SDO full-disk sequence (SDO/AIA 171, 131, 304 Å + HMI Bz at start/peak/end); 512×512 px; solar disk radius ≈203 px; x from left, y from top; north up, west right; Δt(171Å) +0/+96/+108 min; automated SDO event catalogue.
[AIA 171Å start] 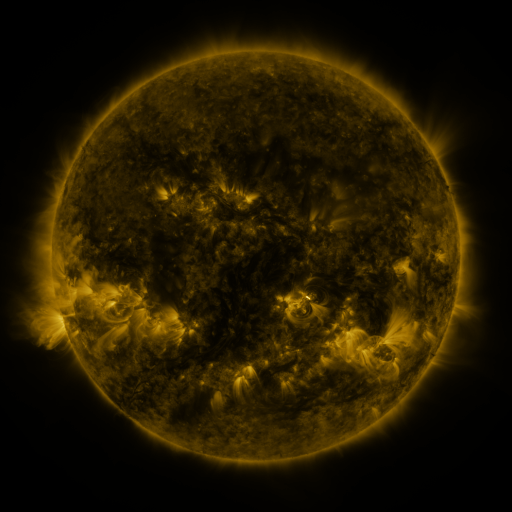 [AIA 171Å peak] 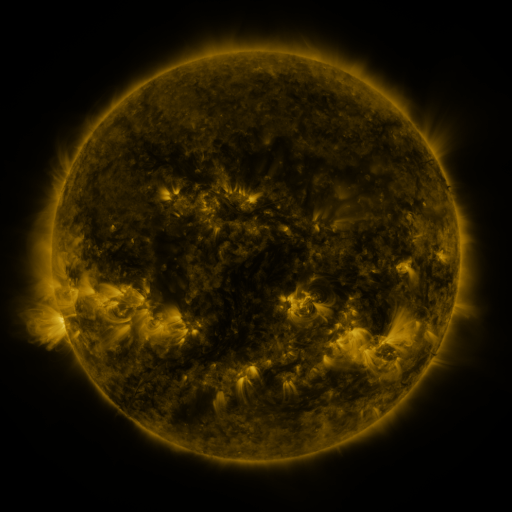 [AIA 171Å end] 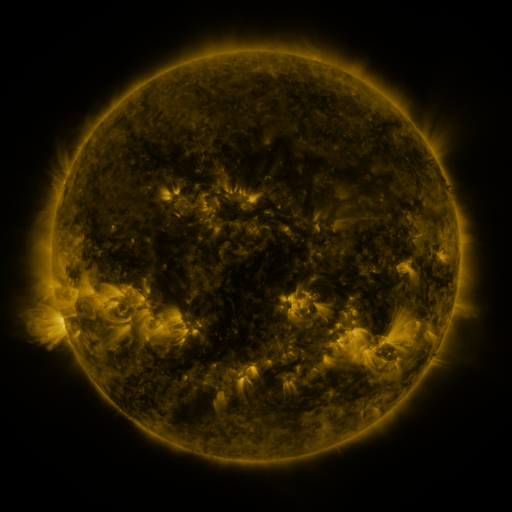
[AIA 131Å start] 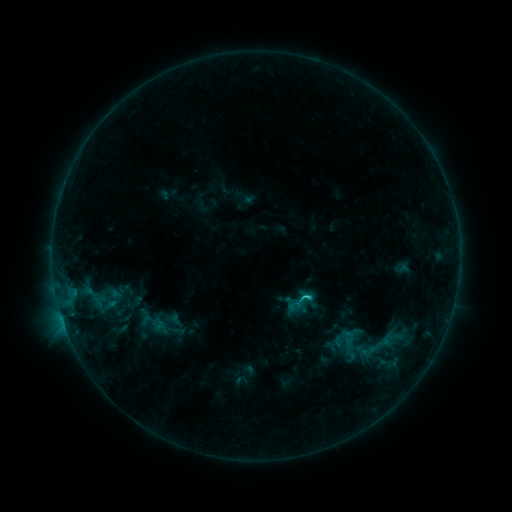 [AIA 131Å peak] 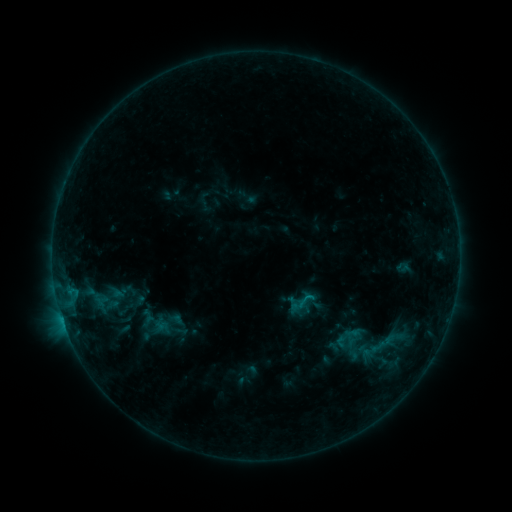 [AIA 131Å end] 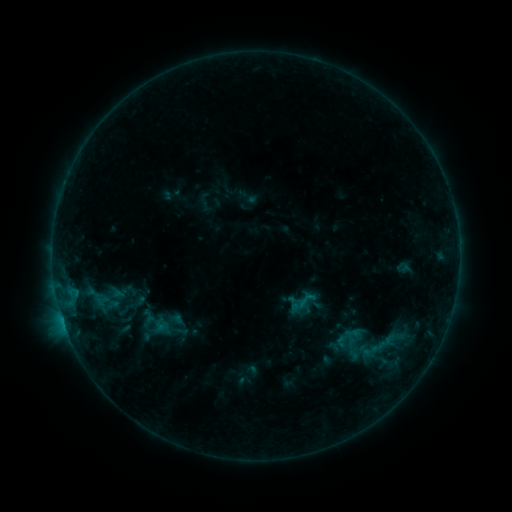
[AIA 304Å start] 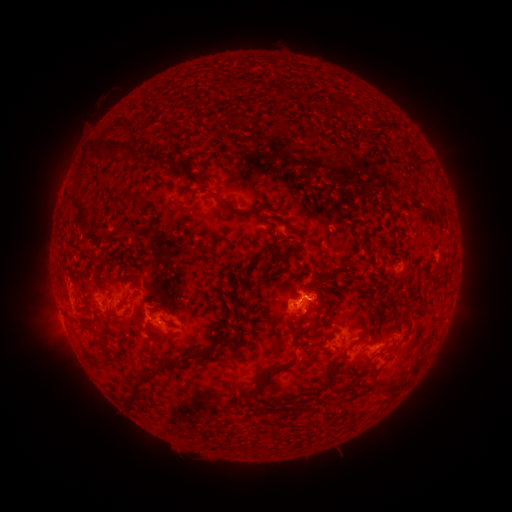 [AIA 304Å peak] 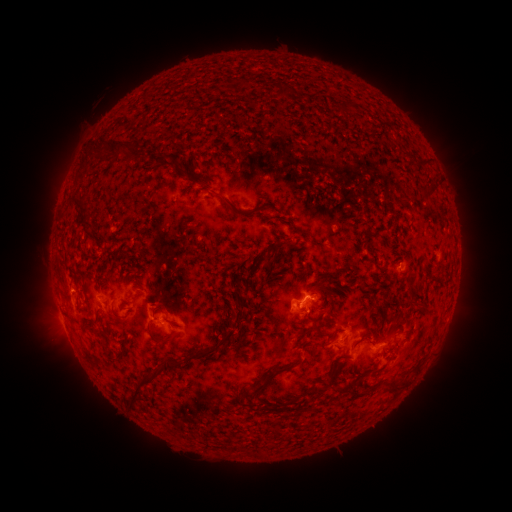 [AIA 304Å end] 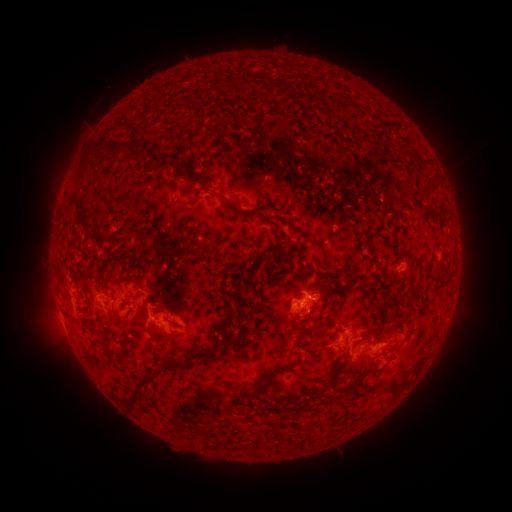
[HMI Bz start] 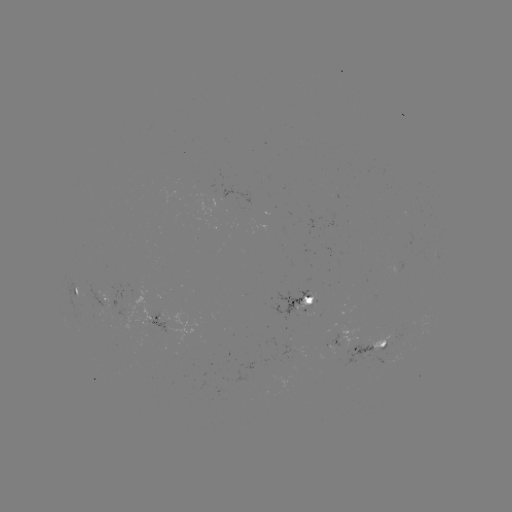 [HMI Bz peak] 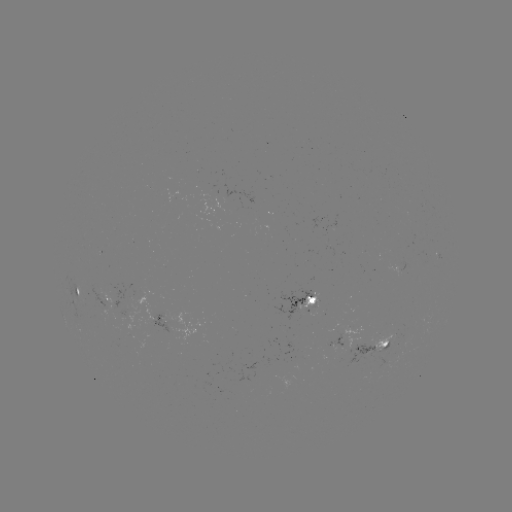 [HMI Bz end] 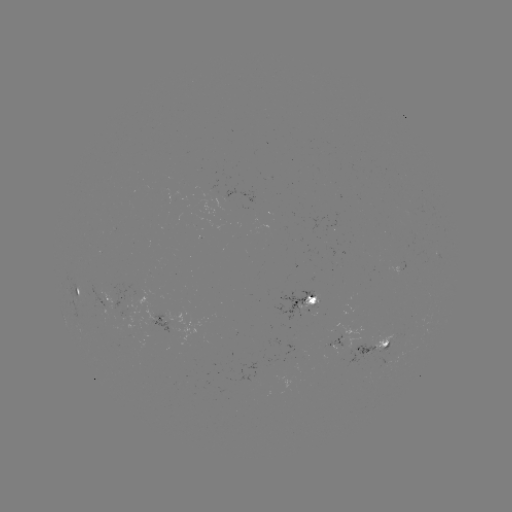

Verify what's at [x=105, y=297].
emerging-flux region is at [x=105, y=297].